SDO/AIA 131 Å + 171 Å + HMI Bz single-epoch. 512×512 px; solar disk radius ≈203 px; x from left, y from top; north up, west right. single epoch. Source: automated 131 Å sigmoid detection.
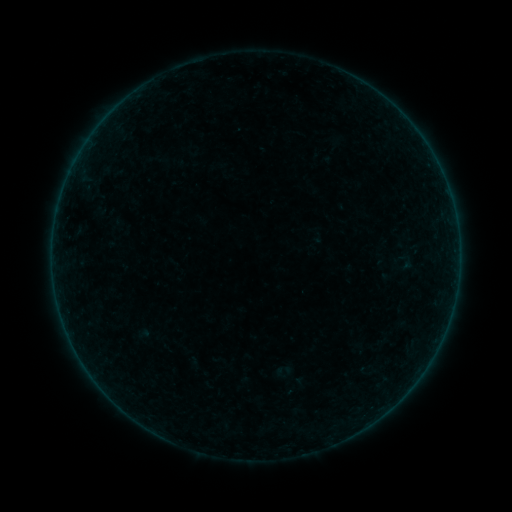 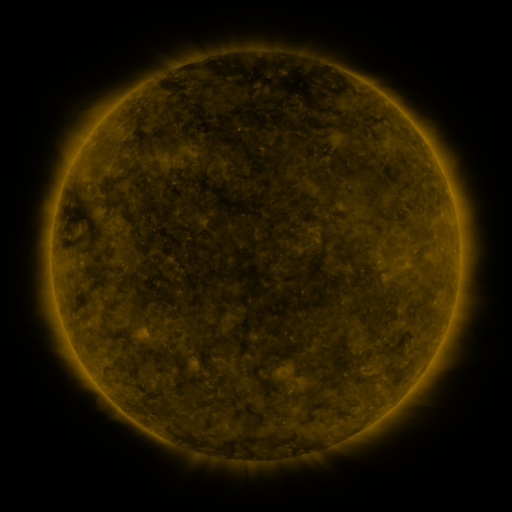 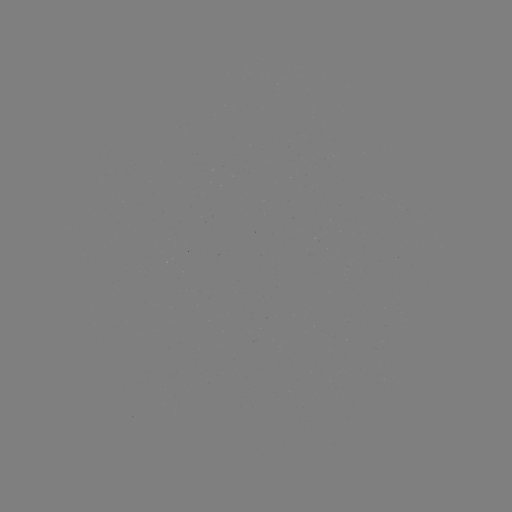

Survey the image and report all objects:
sigmoid: (406, 261)
